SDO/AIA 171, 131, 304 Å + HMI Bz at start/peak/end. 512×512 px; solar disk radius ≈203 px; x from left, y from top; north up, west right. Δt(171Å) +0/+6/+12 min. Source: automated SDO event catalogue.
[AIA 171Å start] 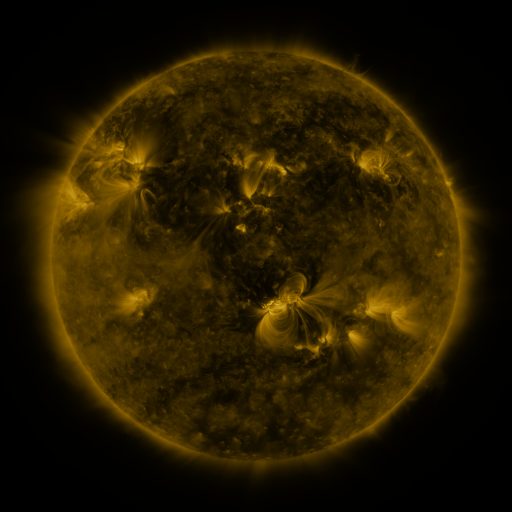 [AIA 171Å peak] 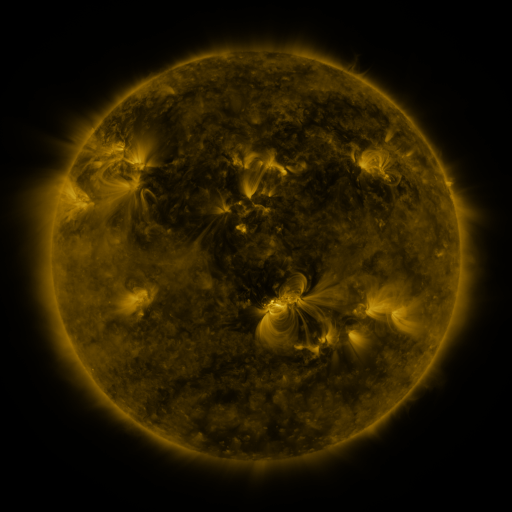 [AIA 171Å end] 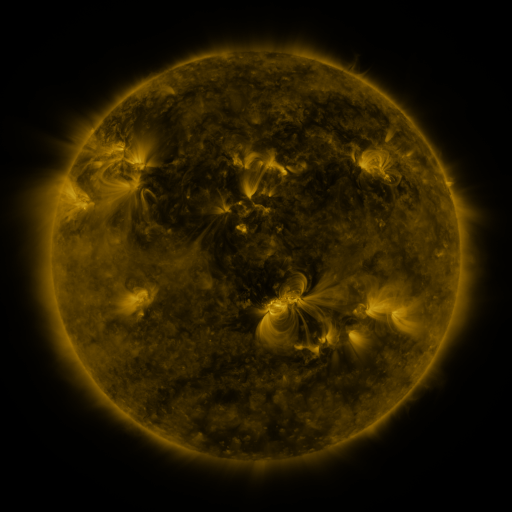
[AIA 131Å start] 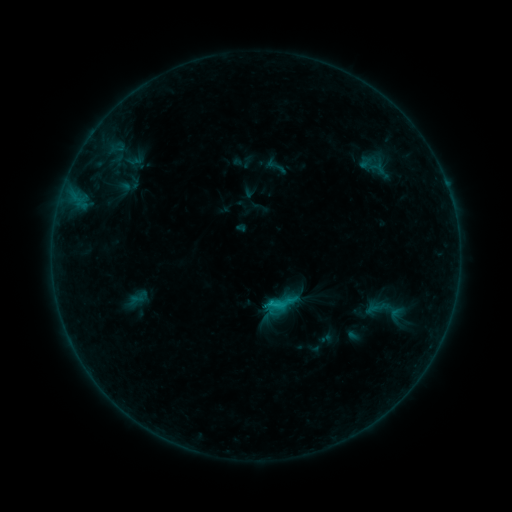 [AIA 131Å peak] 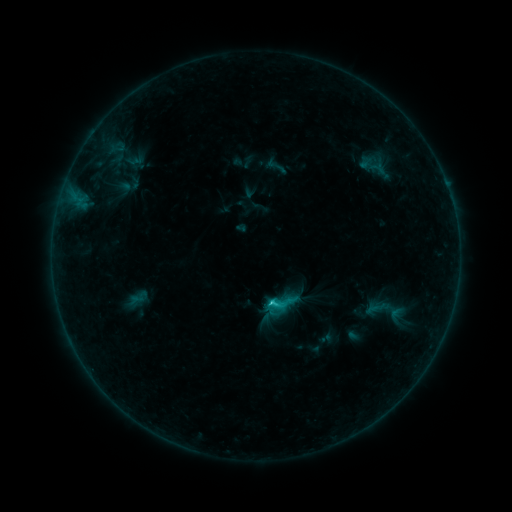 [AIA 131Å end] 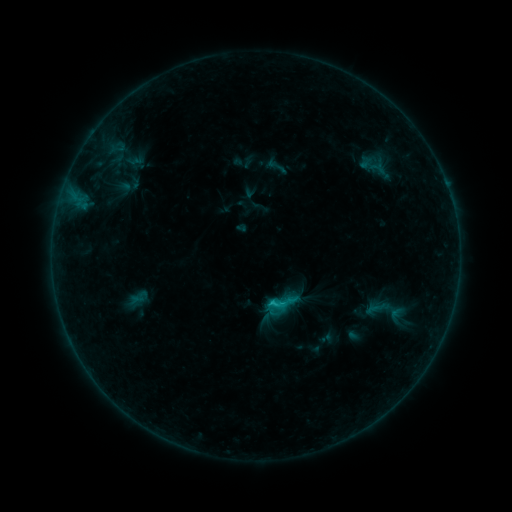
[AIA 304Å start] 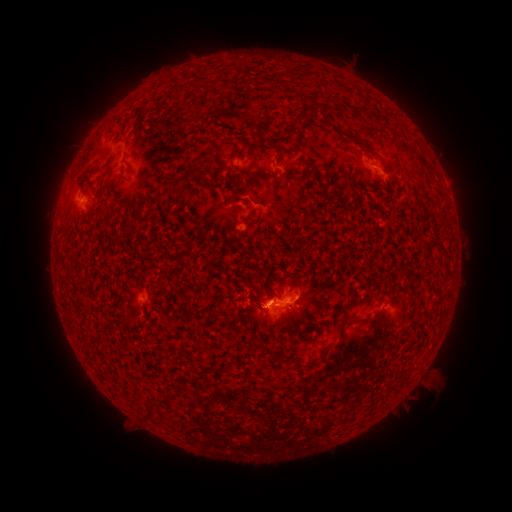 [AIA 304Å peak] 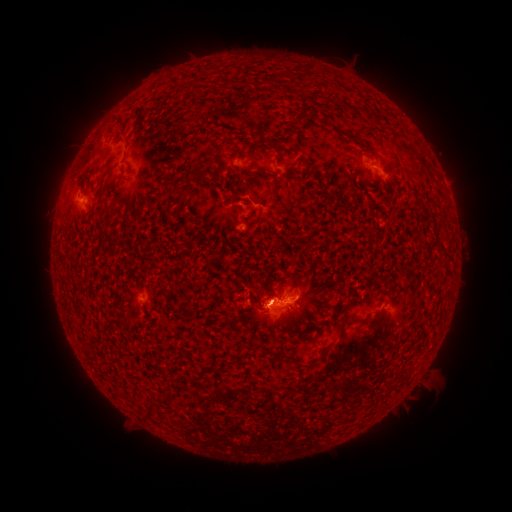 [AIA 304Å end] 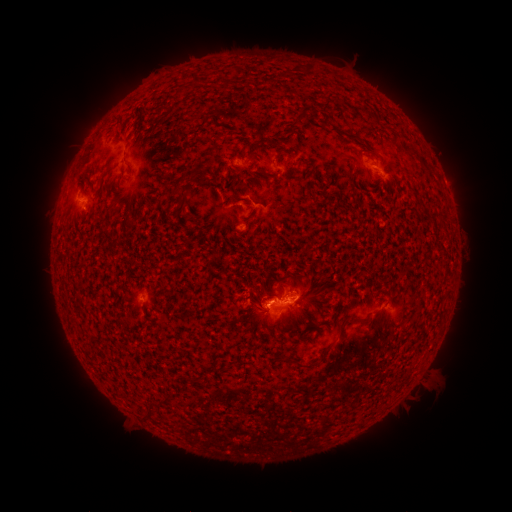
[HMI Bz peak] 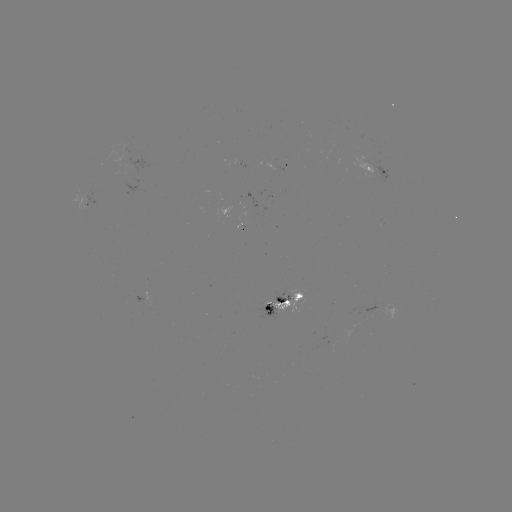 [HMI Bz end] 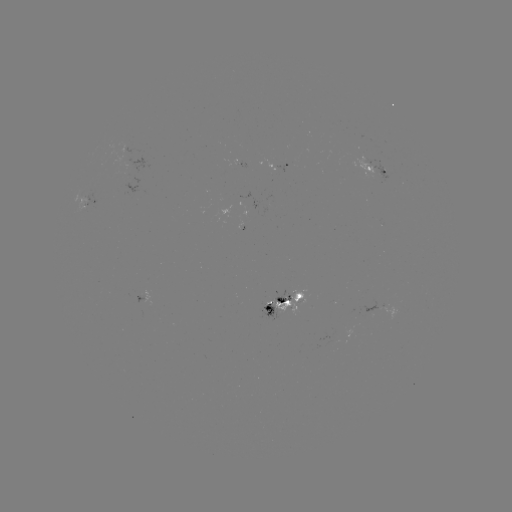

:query B7.9 flare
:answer (269, 302)